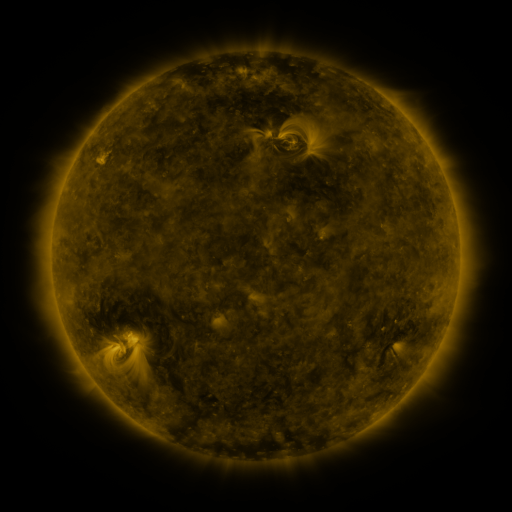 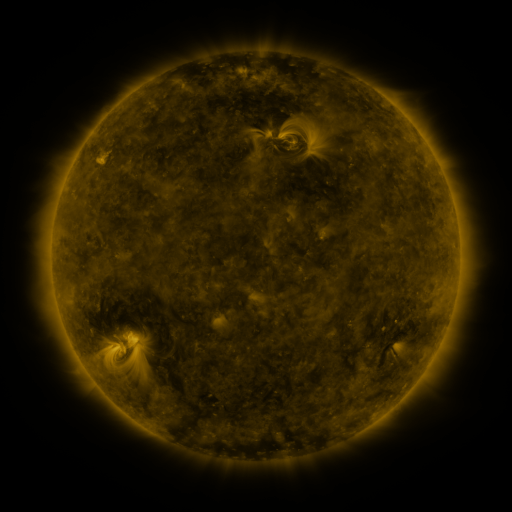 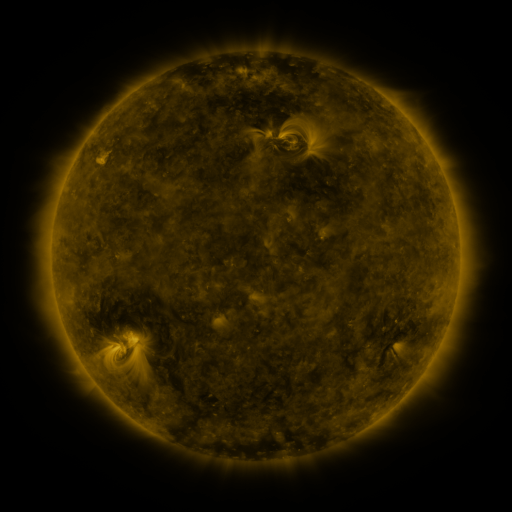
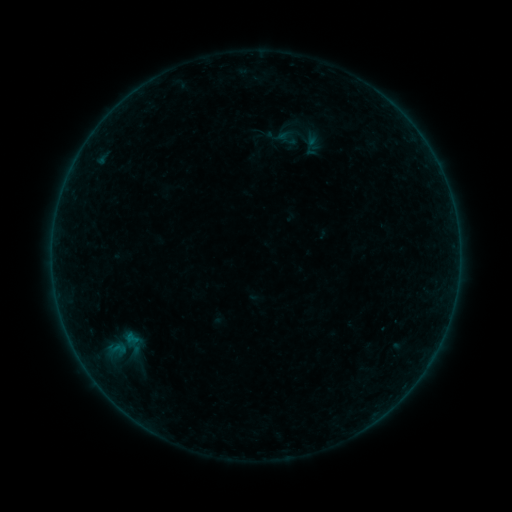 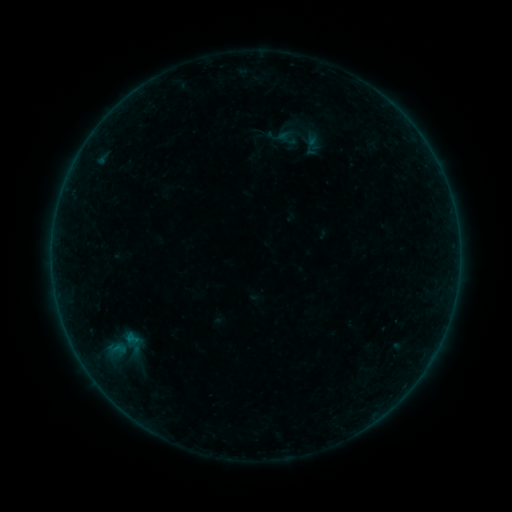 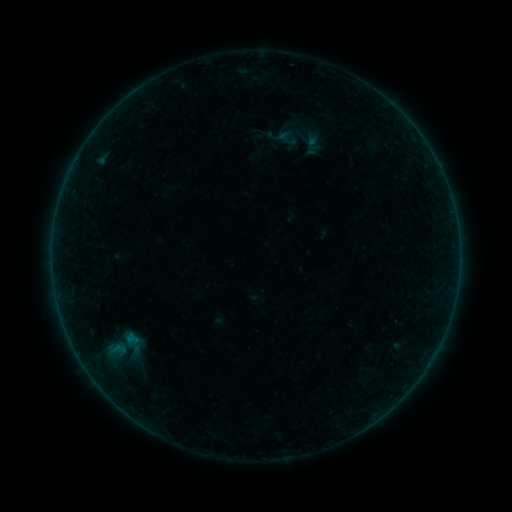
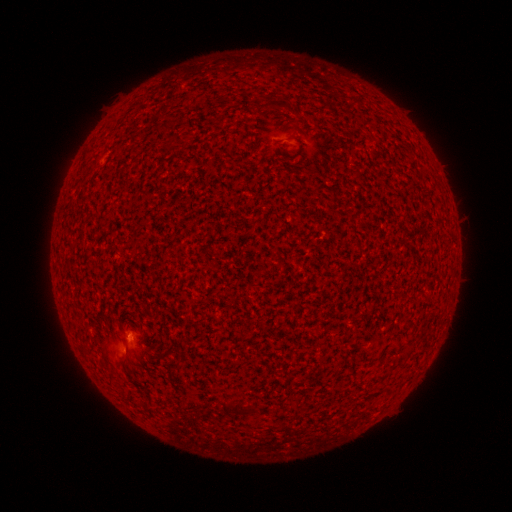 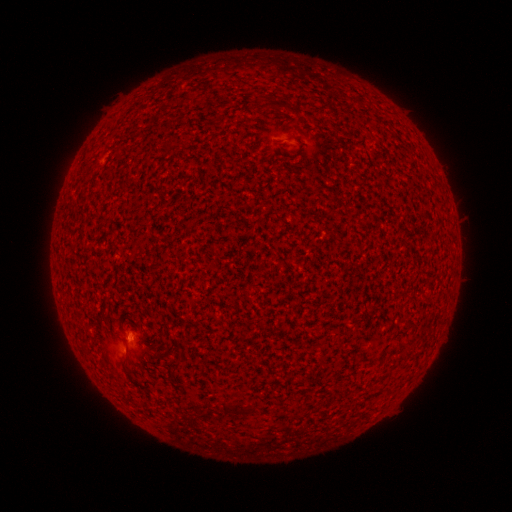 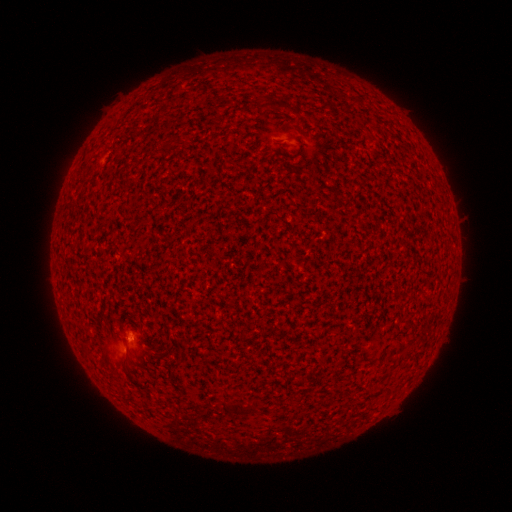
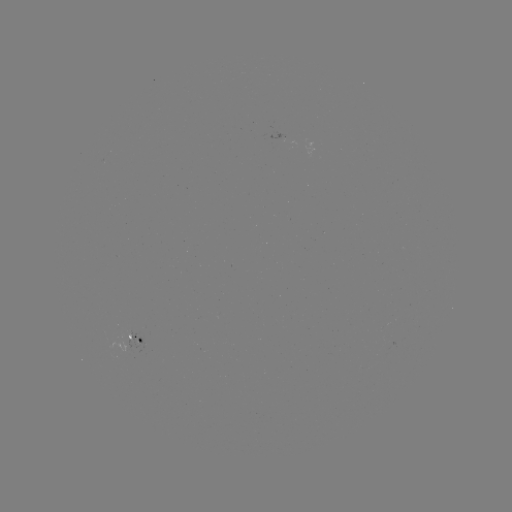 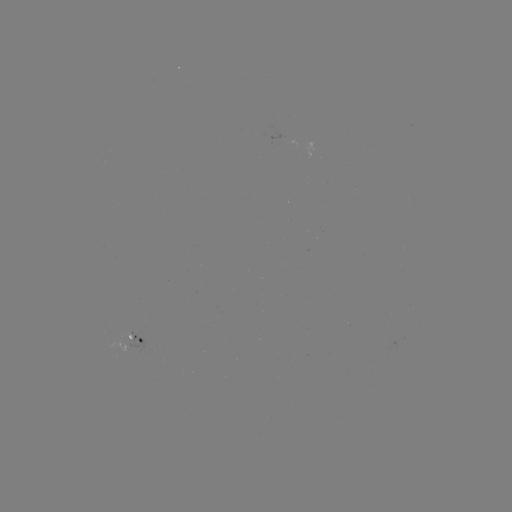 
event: flare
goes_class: B1.0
